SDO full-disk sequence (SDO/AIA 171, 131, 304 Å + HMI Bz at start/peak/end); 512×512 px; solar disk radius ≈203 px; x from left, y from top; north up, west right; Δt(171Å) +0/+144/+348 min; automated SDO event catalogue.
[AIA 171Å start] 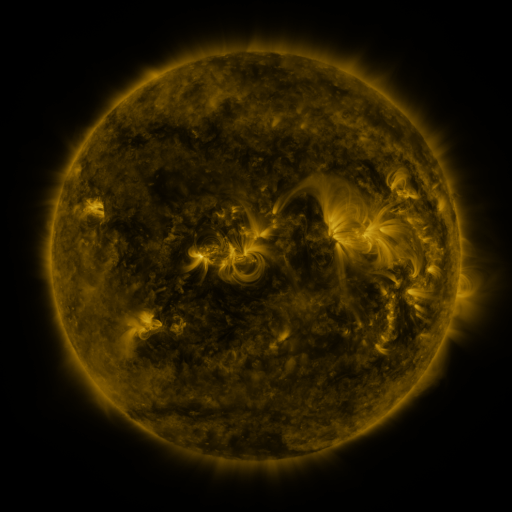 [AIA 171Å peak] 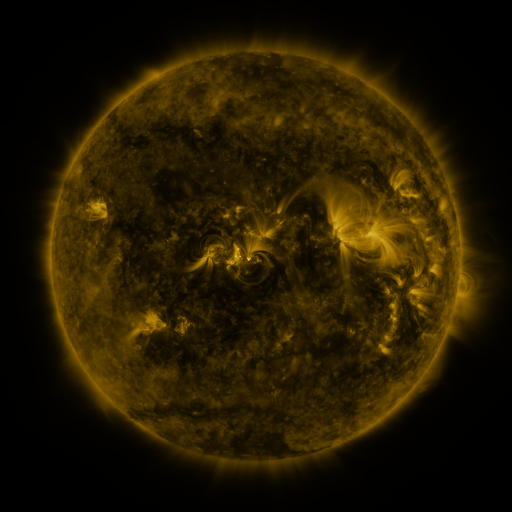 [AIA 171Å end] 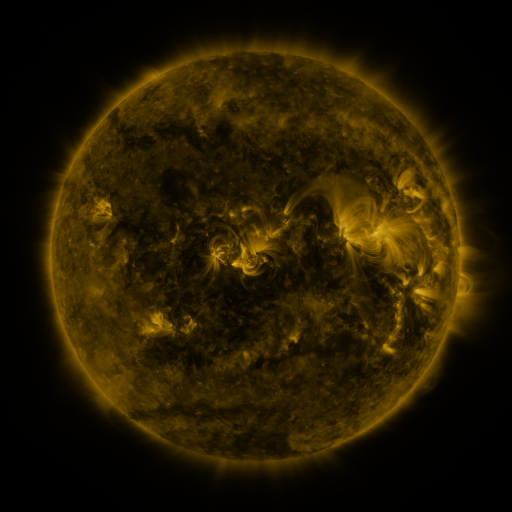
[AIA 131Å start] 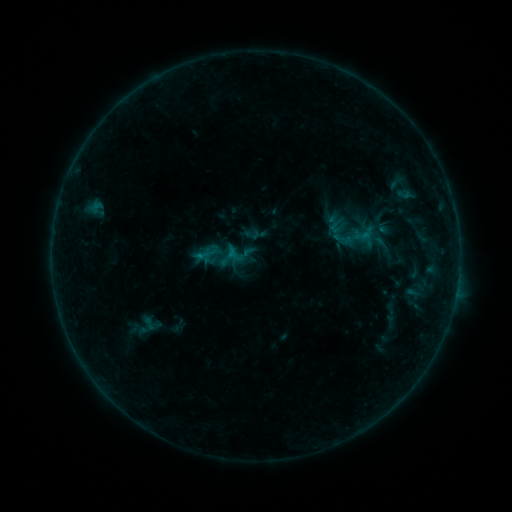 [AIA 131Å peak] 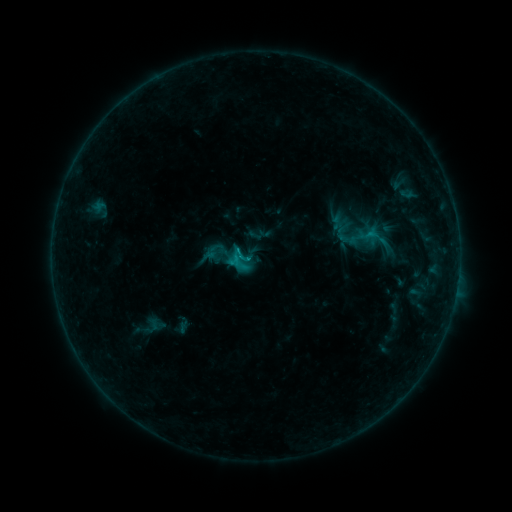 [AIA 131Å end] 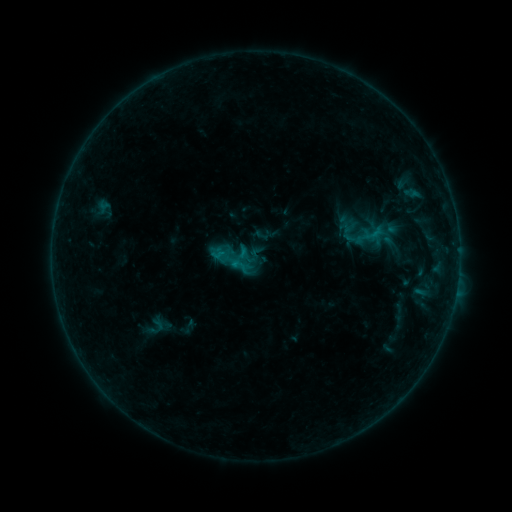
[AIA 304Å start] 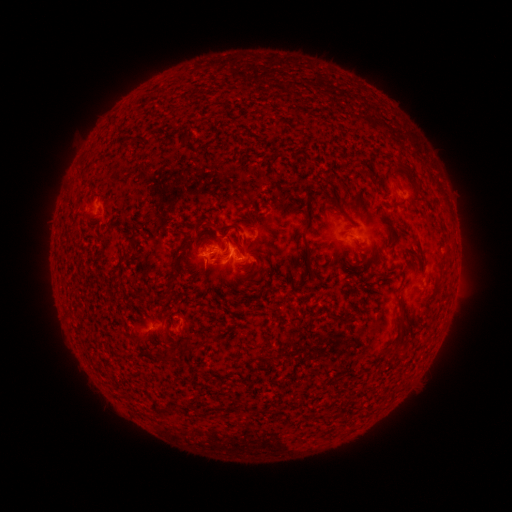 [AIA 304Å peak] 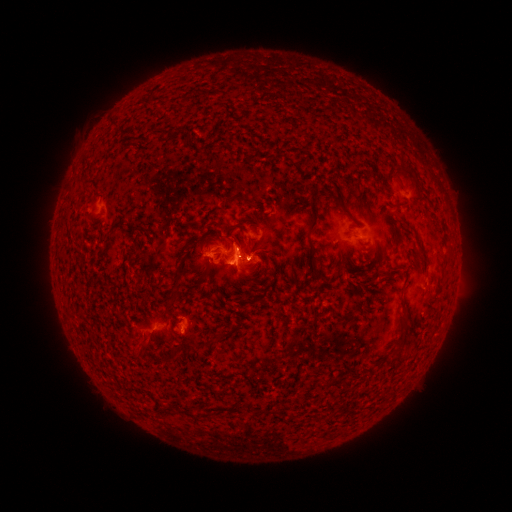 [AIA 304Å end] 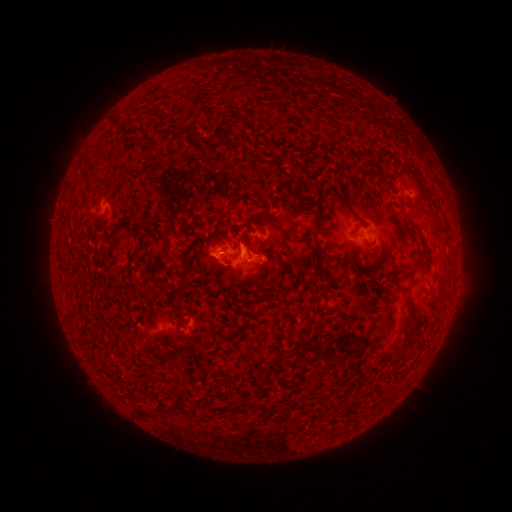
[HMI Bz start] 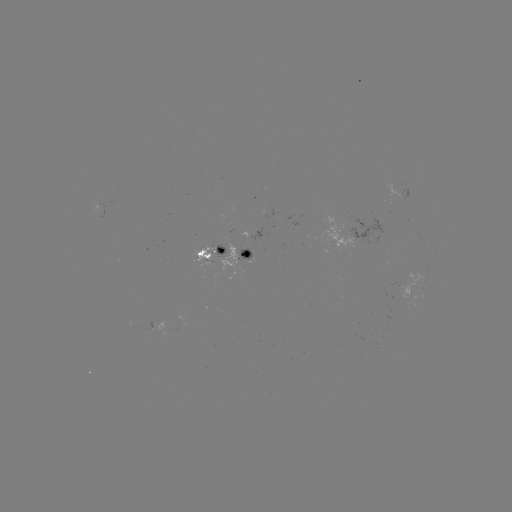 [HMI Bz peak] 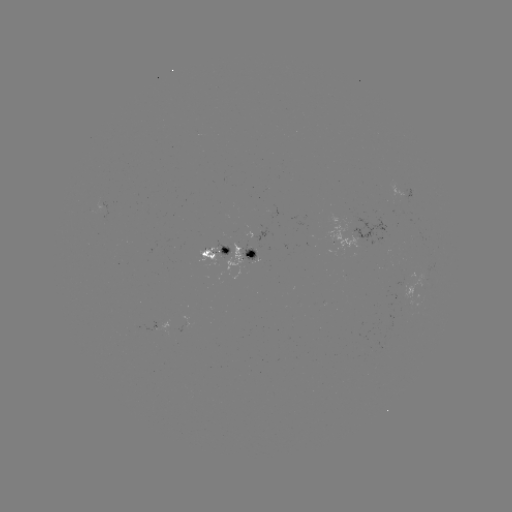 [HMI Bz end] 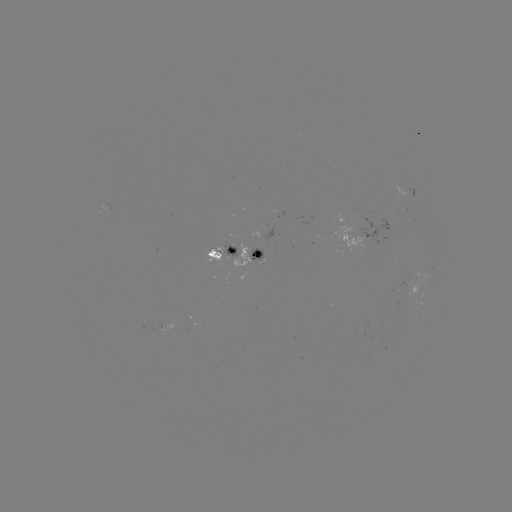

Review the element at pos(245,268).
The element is C1.4 flare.